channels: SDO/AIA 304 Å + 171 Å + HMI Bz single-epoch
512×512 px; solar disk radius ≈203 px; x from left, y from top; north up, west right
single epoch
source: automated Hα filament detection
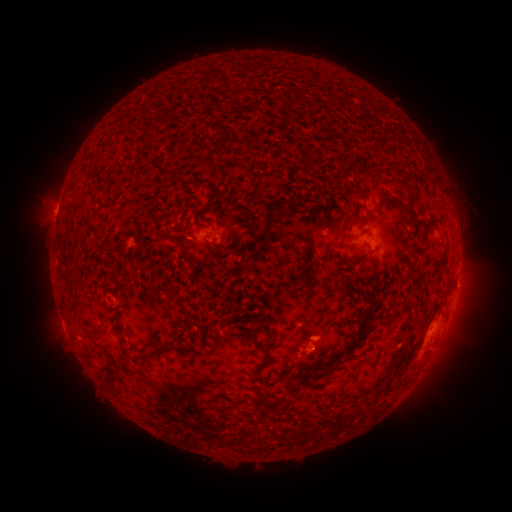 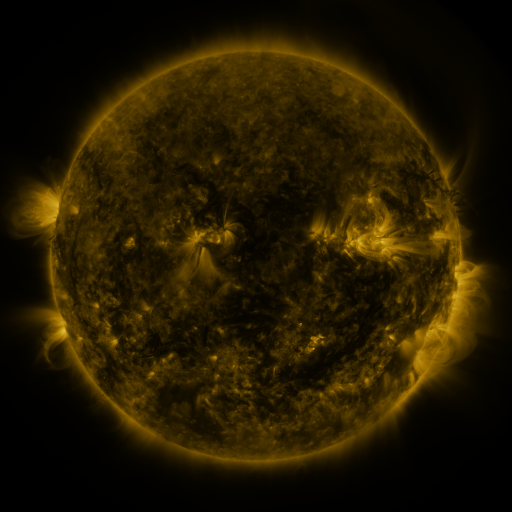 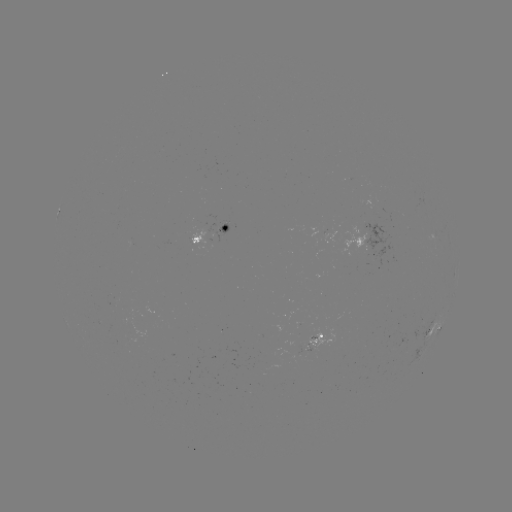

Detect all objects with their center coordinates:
filament: (305, 109, 313, 121)
filament: (155, 116, 168, 127)
filament: (323, 128, 340, 139)
filament: (424, 165, 439, 182)
filament: (402, 174, 413, 209)
filament: (203, 192, 218, 211)
filament: (377, 194, 402, 207)
filament: (226, 199, 239, 209)
filament: (261, 207, 275, 248)
filament: (351, 210, 361, 221)
filament: (218, 246, 228, 257)
filament: (345, 277, 370, 297)
filament: (70, 300, 82, 319)
filament: (346, 308, 374, 351)
filament: (254, 328, 275, 376)
filament: (135, 338, 184, 363)
filament: (335, 348, 344, 359)
filament: (327, 361, 339, 374)
filament: (302, 373, 313, 384)
filament: (104, 375, 118, 386)
